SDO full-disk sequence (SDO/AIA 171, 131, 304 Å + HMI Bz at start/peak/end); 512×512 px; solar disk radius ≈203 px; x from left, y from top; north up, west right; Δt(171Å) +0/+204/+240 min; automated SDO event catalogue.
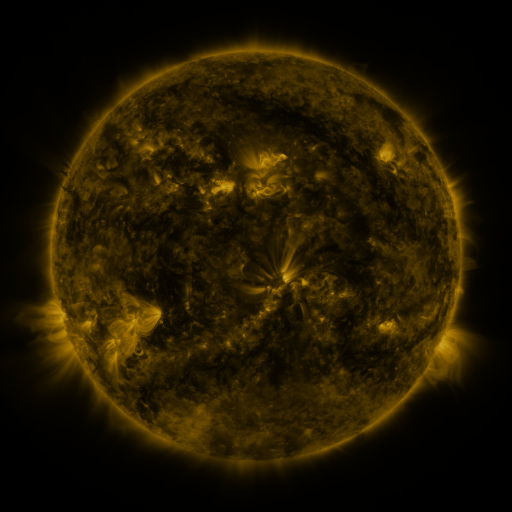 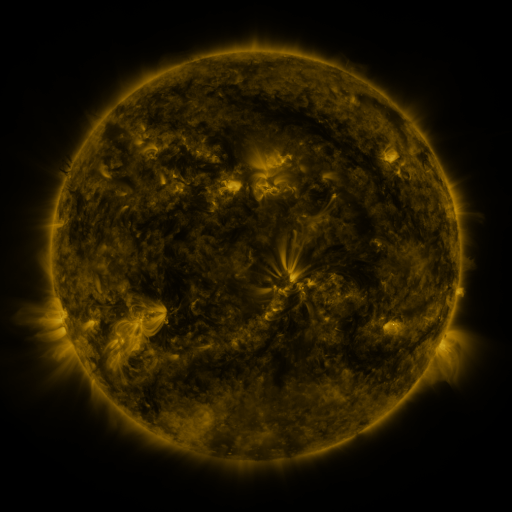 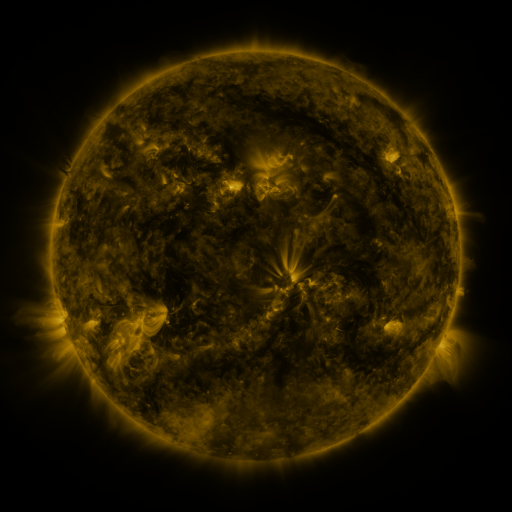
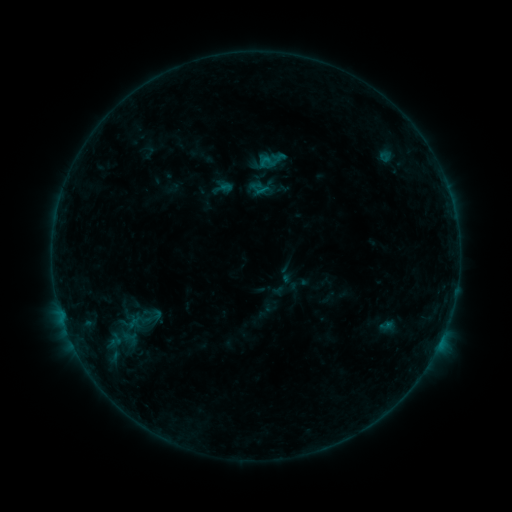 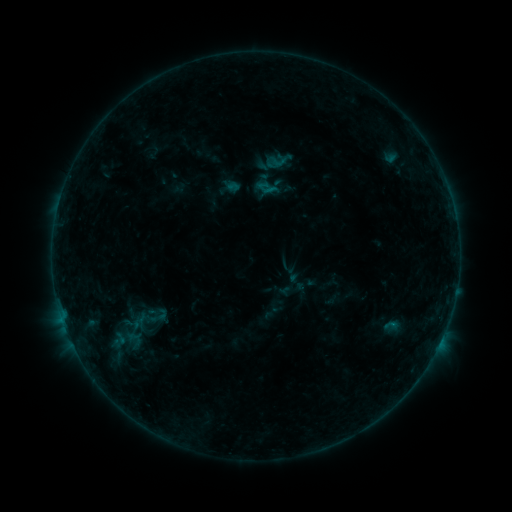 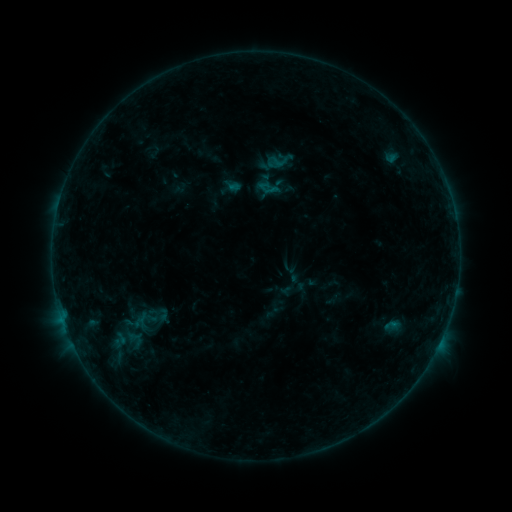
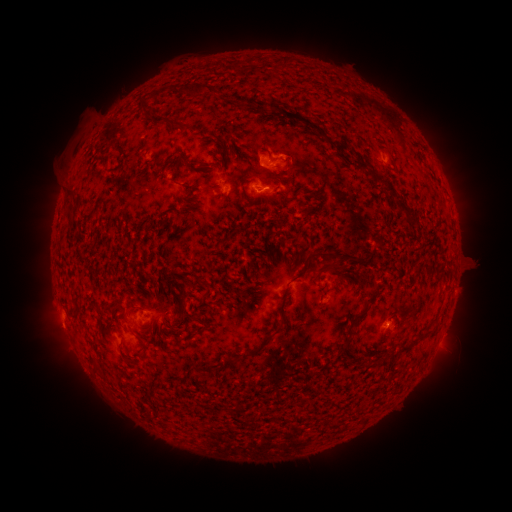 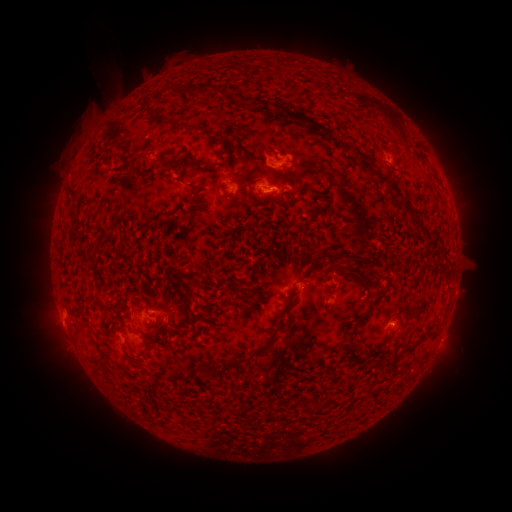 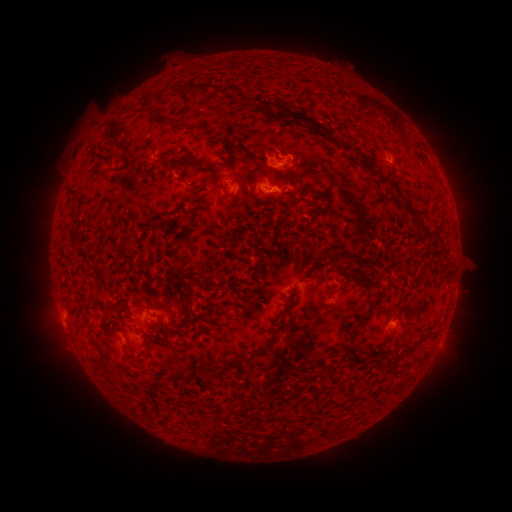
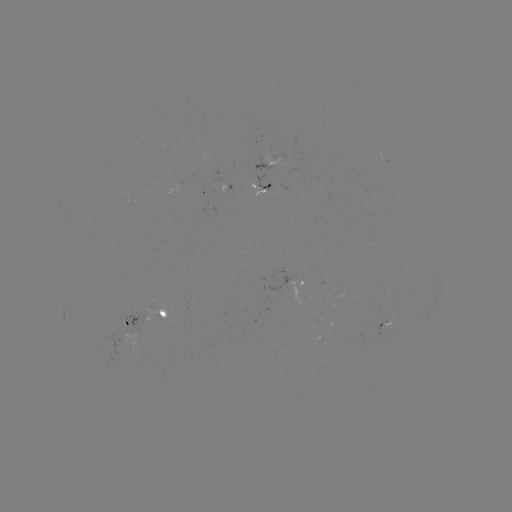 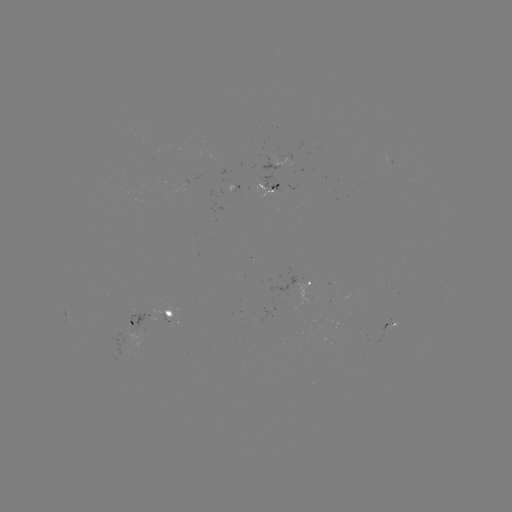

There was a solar emerging-flux region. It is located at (302, 282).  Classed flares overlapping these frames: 2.